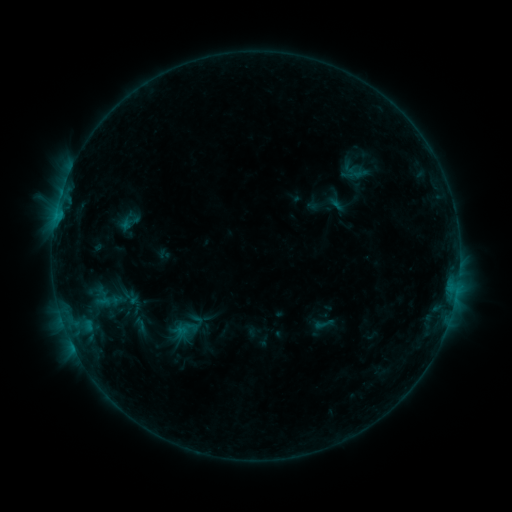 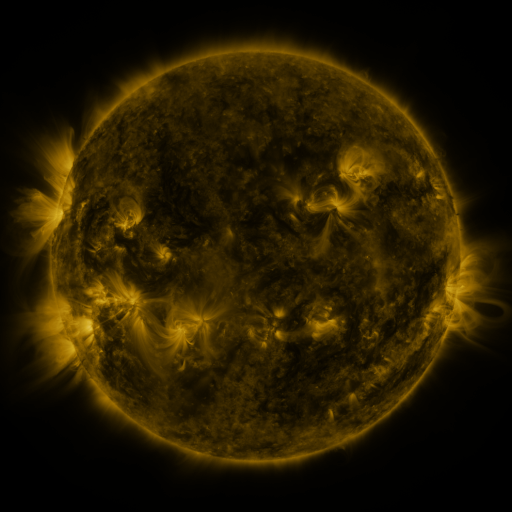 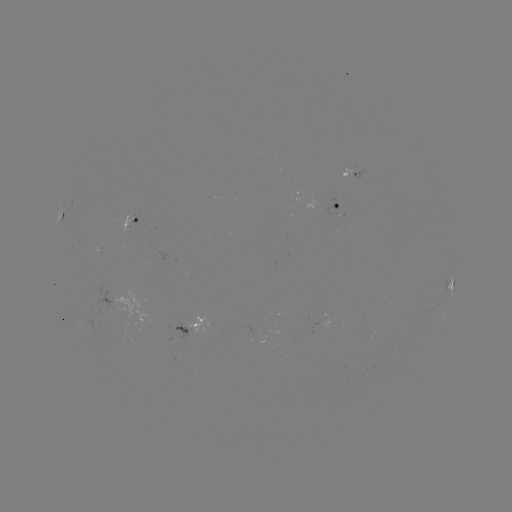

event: sigmoid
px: (324, 324)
